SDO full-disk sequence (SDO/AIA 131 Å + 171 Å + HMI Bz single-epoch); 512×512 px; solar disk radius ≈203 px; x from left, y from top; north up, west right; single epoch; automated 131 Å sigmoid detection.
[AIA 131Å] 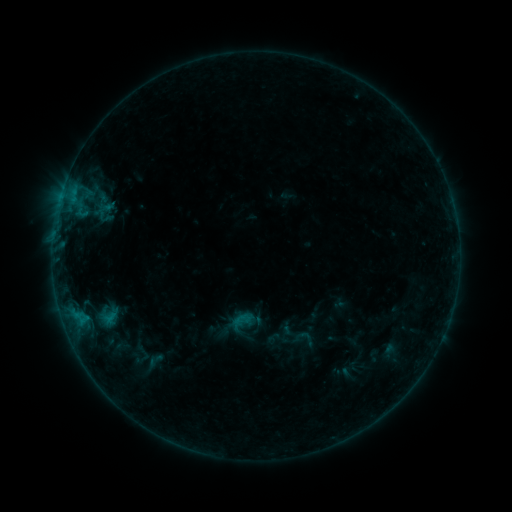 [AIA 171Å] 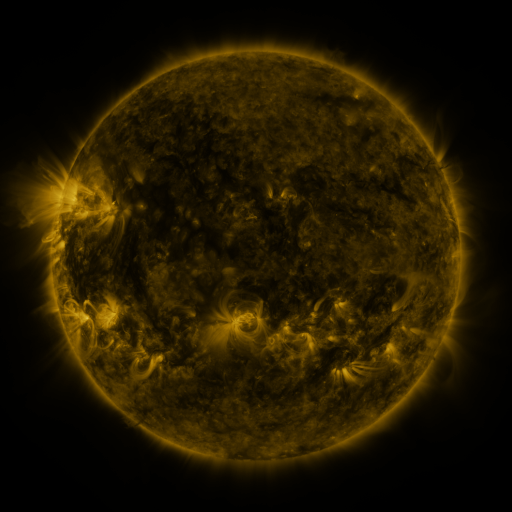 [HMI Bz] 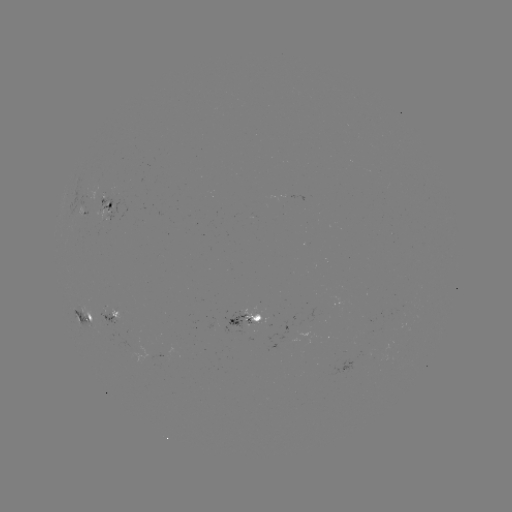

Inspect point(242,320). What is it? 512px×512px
sigmoid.